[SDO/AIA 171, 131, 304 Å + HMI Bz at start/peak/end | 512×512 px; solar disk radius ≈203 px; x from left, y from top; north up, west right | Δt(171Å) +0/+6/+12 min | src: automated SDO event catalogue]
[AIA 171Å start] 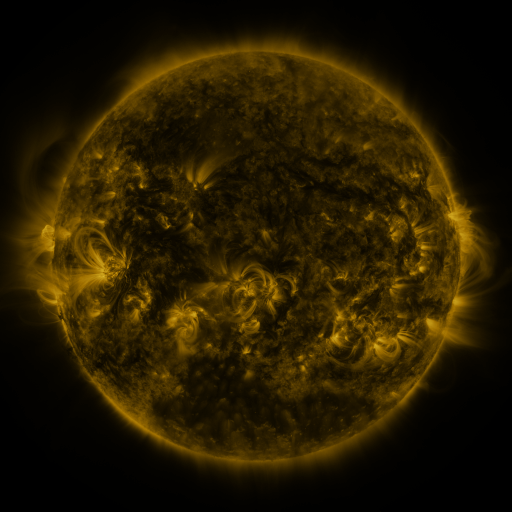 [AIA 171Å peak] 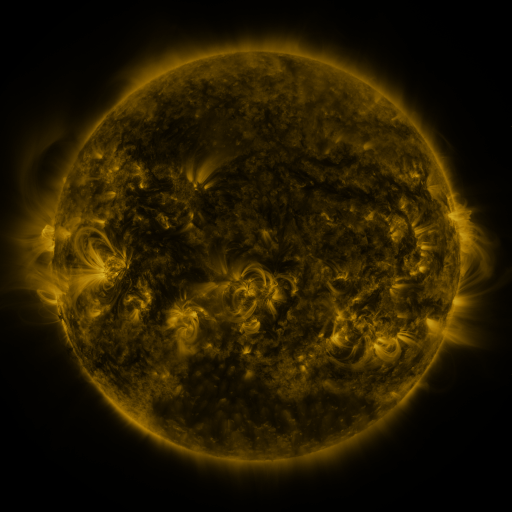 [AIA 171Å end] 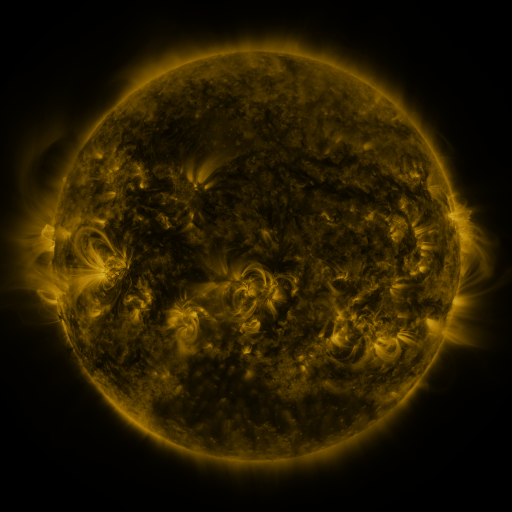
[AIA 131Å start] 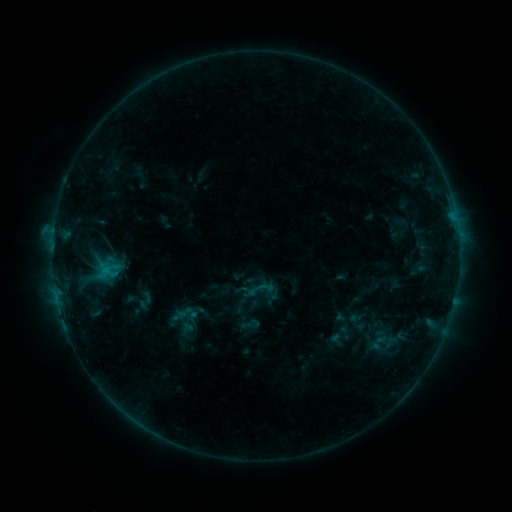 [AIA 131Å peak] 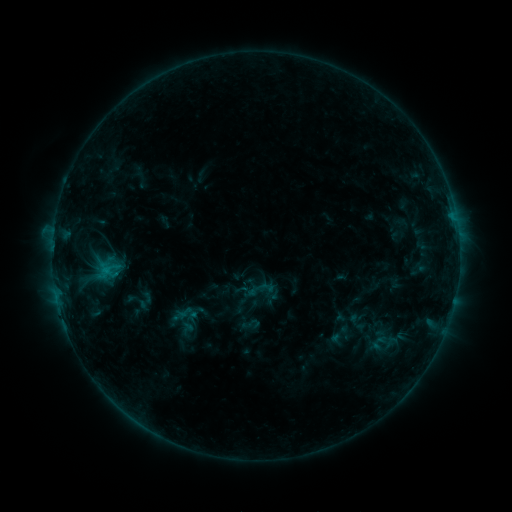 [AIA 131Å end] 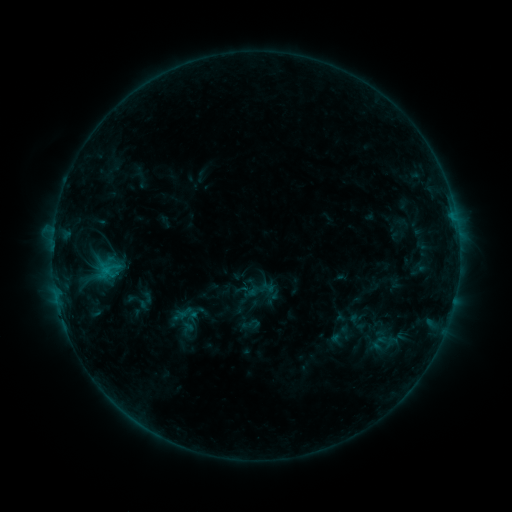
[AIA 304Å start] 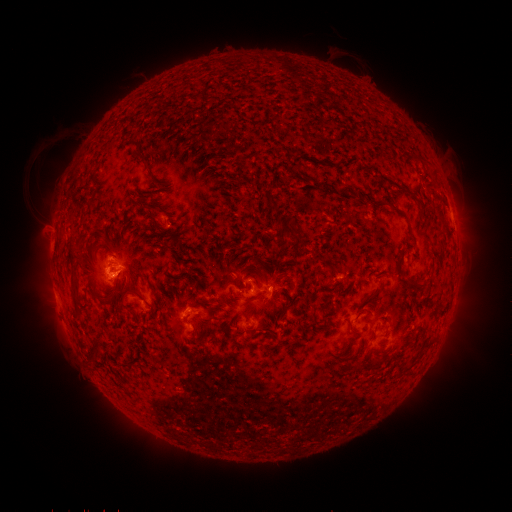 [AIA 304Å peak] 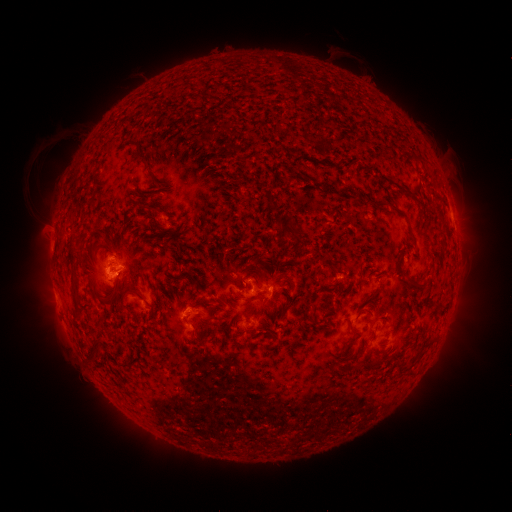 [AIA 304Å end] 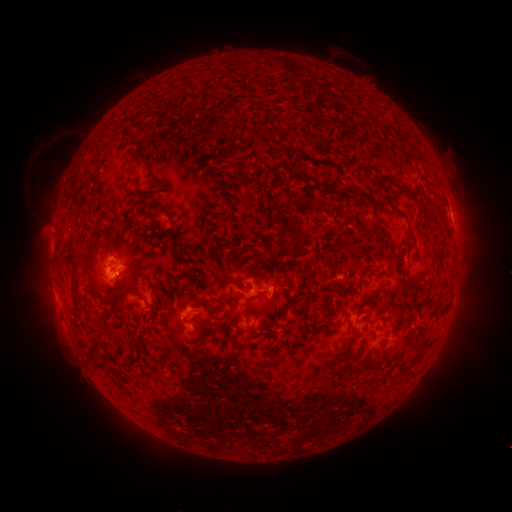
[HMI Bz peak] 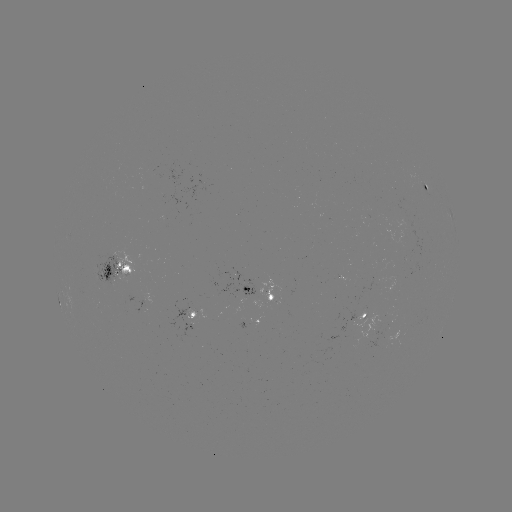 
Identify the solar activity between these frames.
no flare in any classed list; no EUV-trigger detection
